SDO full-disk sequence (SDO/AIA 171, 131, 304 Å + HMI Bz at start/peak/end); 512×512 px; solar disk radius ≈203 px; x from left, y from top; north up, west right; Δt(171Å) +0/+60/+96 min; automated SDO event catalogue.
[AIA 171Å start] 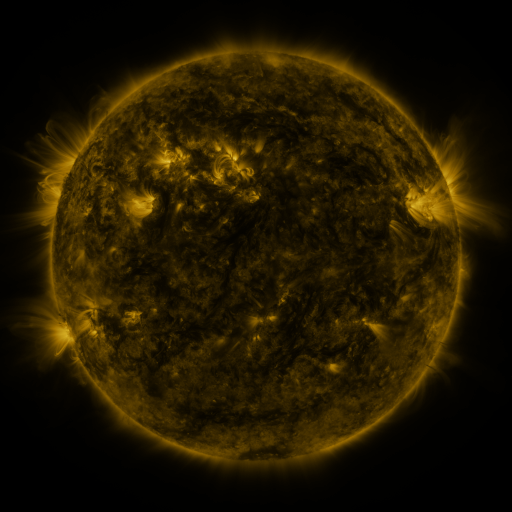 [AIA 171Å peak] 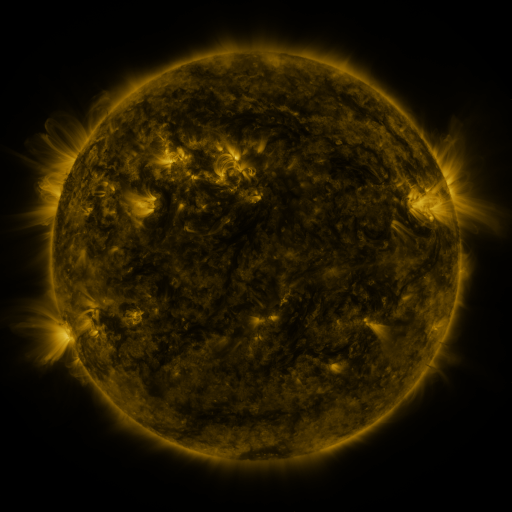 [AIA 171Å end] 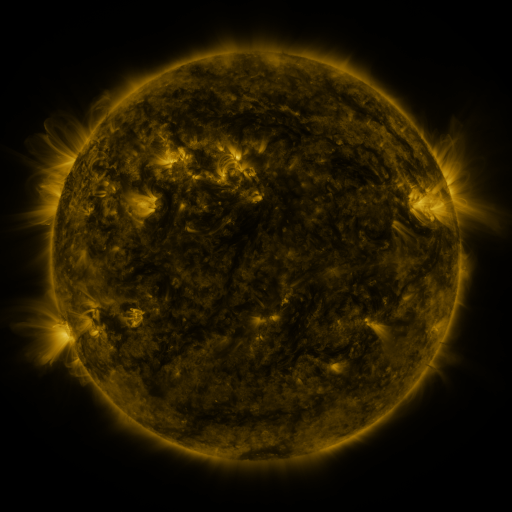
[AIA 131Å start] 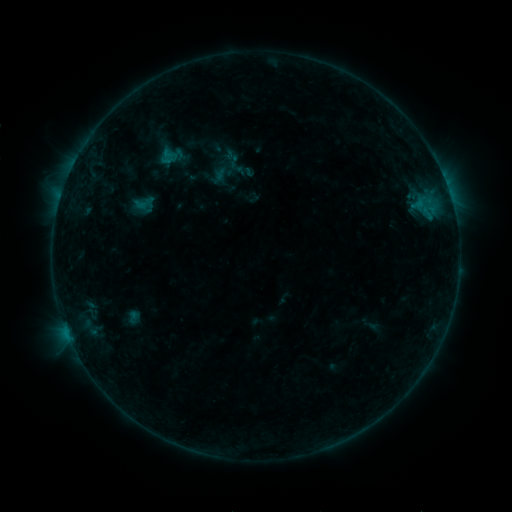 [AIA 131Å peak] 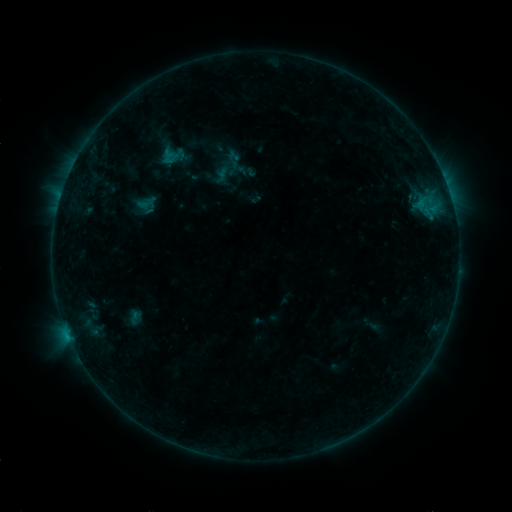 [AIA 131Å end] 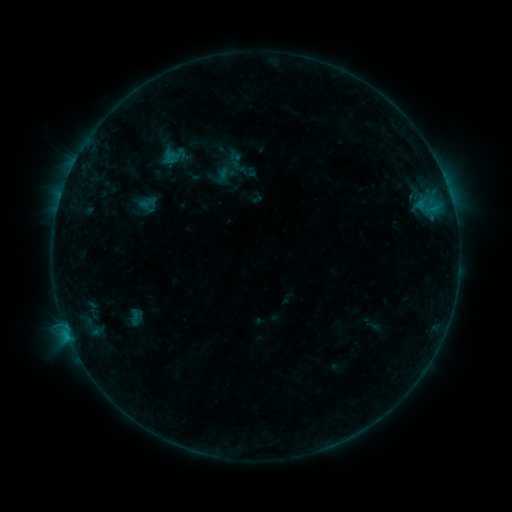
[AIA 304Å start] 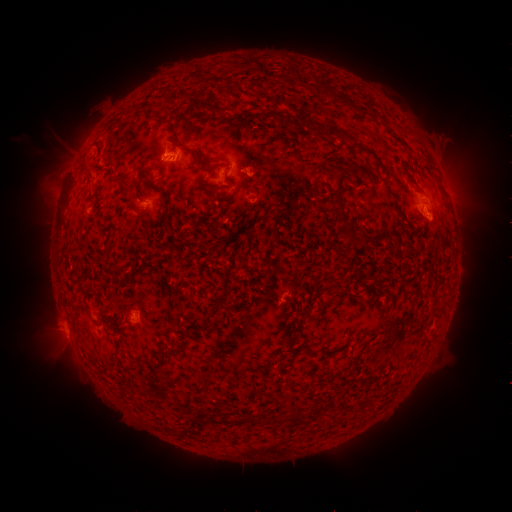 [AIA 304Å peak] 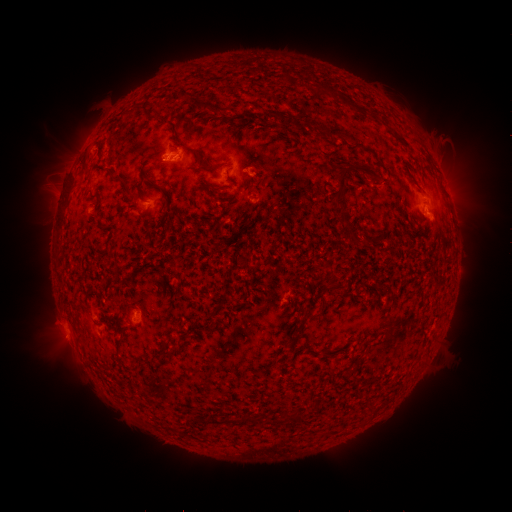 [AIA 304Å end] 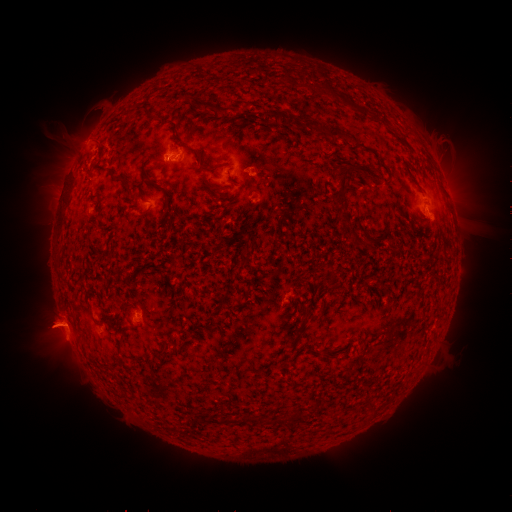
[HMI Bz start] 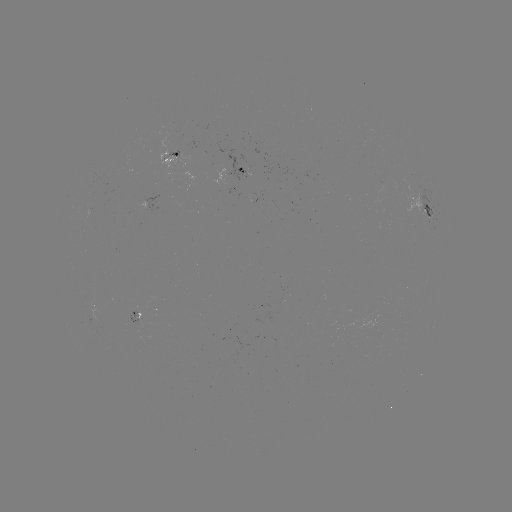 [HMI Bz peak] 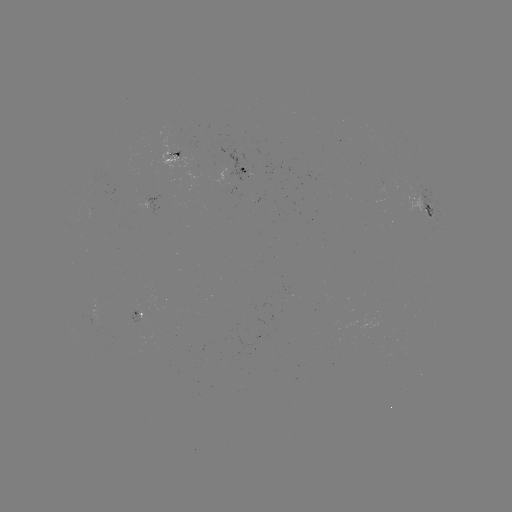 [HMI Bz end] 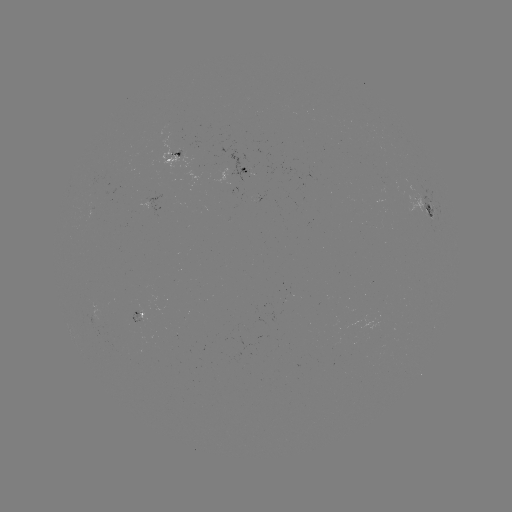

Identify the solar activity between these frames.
emerging-flux region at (131, 321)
